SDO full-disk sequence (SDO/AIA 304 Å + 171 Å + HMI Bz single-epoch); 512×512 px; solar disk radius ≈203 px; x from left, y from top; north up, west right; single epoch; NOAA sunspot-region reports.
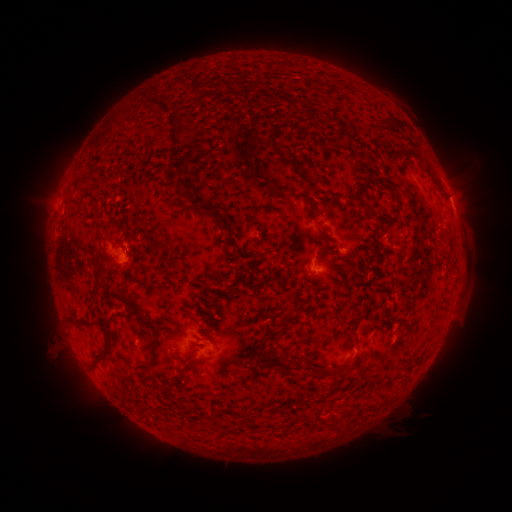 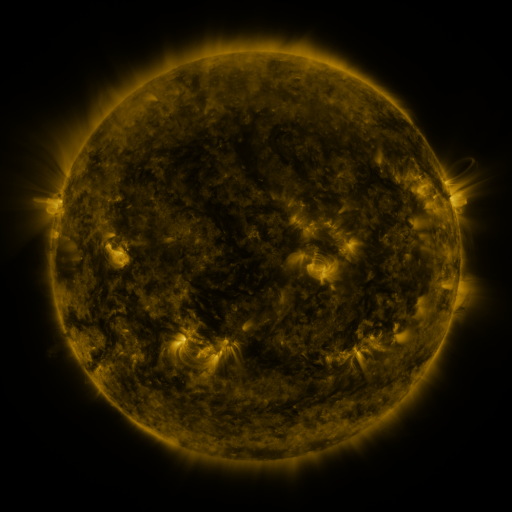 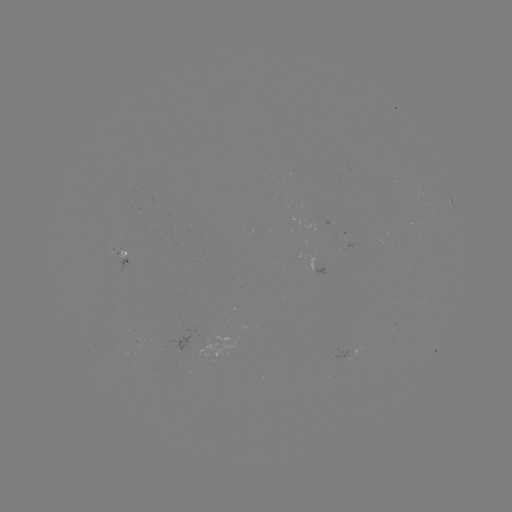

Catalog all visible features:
spotted active region: (450, 198)
spotted active region: (127, 261)
spotted active region: (318, 269)
